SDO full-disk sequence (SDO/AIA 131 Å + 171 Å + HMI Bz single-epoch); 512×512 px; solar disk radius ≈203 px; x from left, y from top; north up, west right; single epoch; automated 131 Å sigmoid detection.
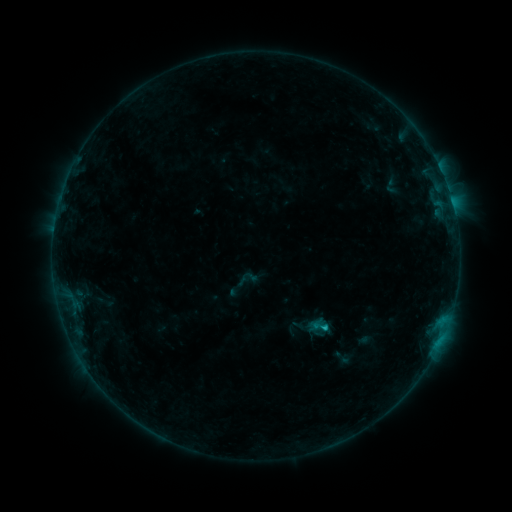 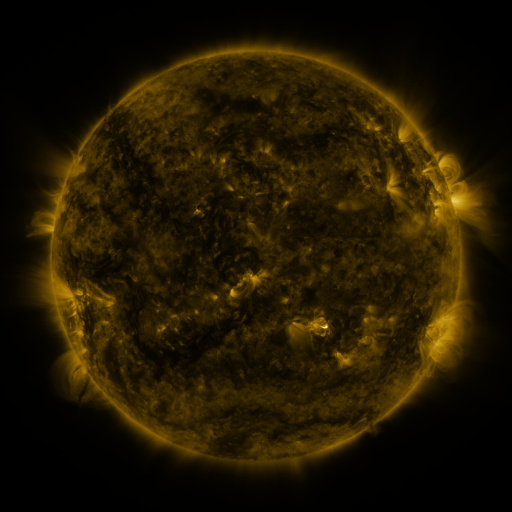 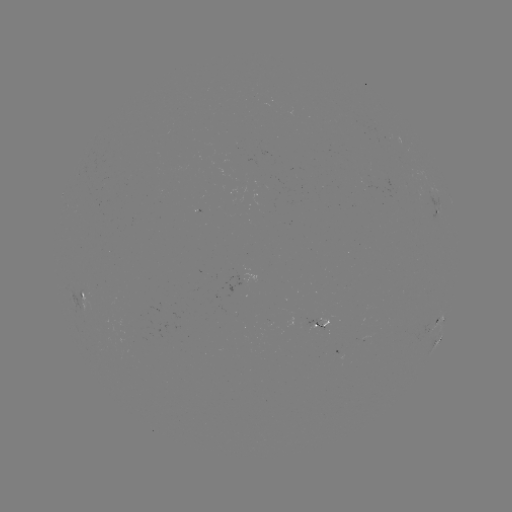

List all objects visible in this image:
sigmoid: (250, 278)
sigmoid: (320, 327)
